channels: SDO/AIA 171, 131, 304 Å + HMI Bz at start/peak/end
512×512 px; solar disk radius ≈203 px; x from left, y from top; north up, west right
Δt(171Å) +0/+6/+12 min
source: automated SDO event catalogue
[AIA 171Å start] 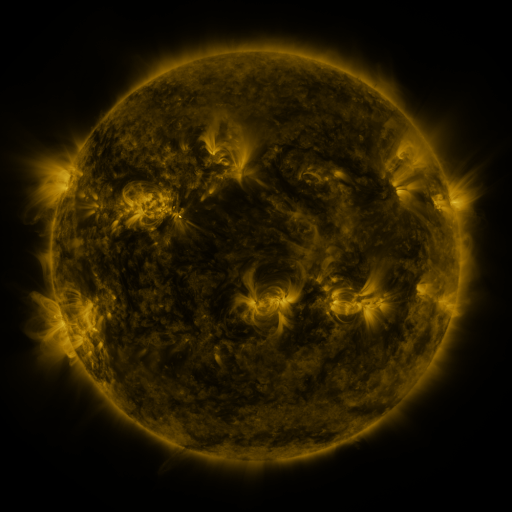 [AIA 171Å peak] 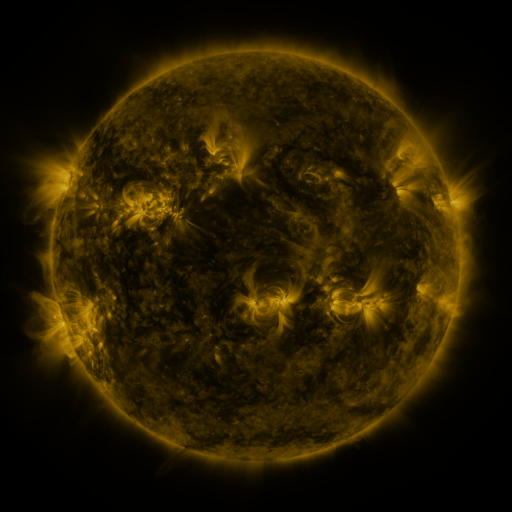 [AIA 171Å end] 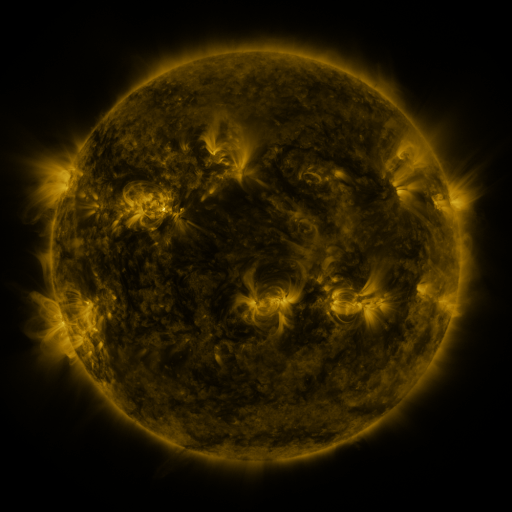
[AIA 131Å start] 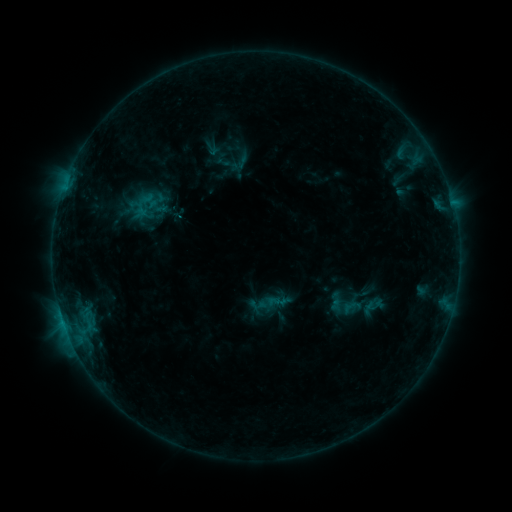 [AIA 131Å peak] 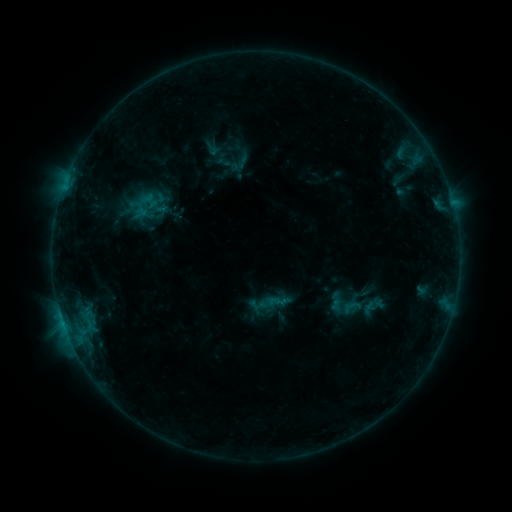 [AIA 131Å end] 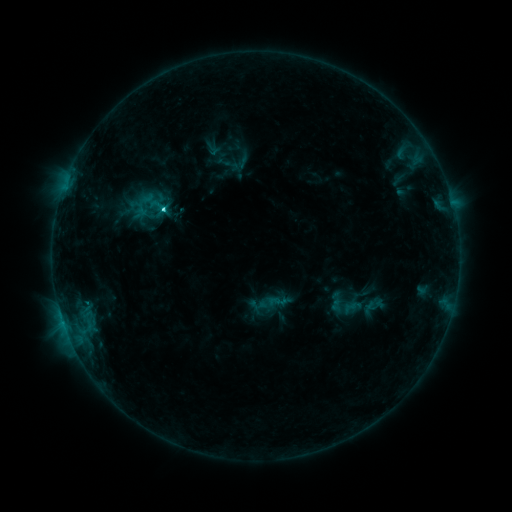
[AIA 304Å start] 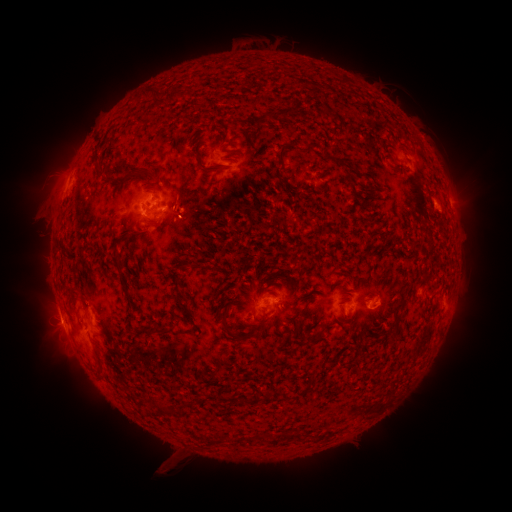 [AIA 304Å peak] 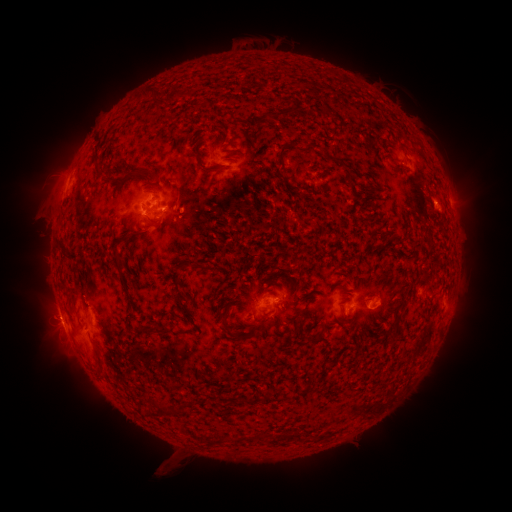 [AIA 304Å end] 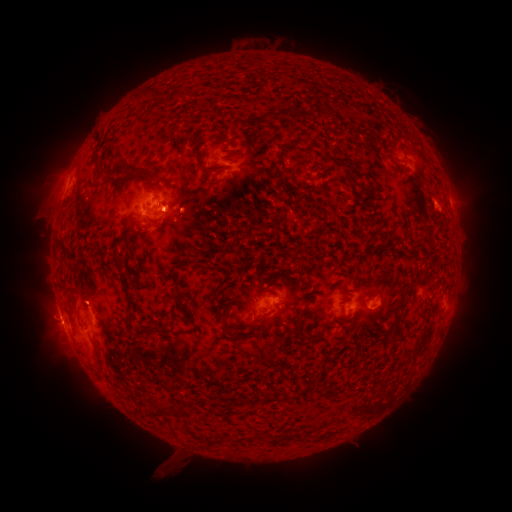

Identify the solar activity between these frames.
C3.6 flare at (164, 210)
